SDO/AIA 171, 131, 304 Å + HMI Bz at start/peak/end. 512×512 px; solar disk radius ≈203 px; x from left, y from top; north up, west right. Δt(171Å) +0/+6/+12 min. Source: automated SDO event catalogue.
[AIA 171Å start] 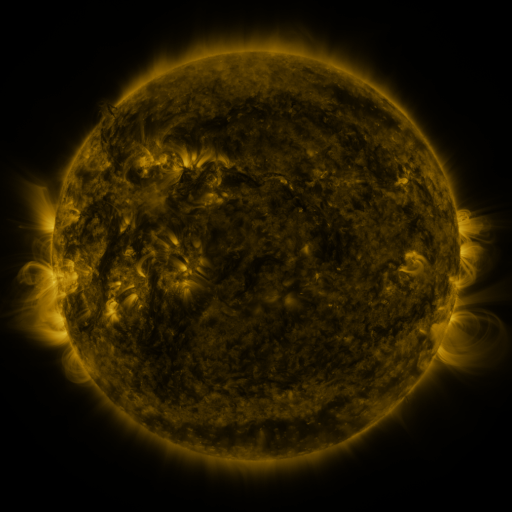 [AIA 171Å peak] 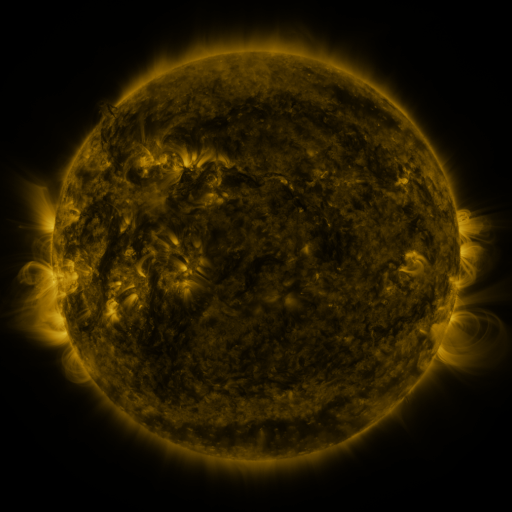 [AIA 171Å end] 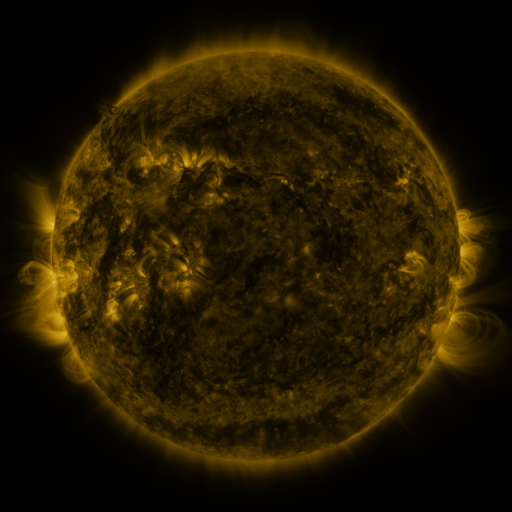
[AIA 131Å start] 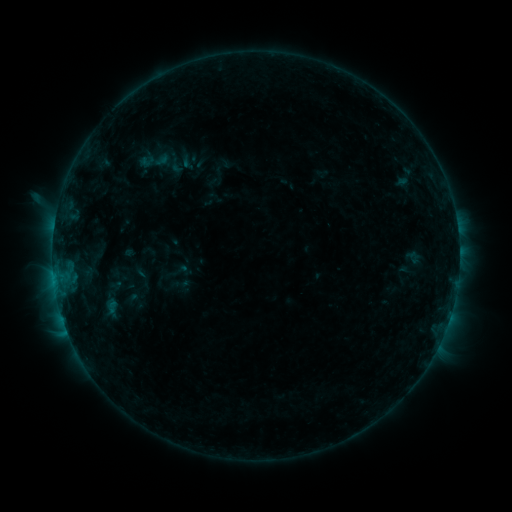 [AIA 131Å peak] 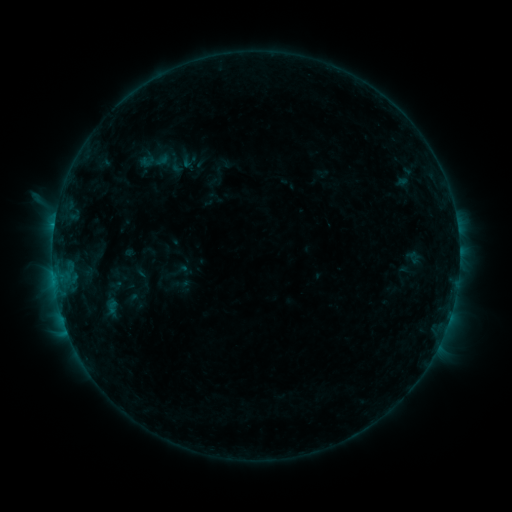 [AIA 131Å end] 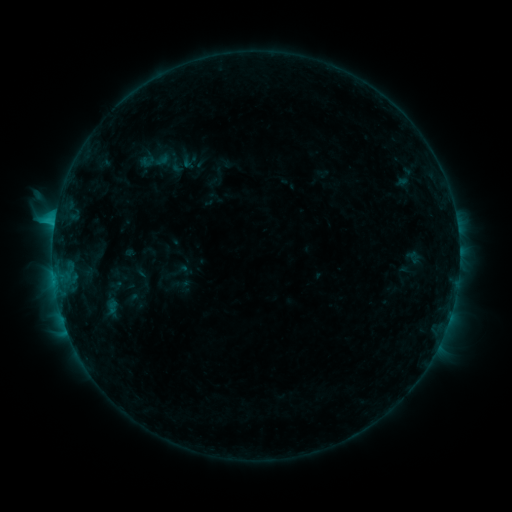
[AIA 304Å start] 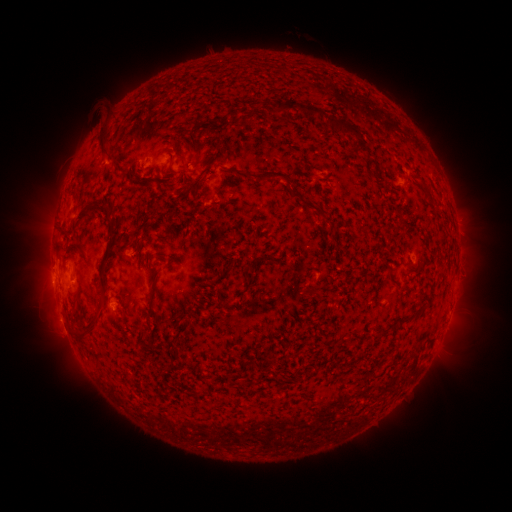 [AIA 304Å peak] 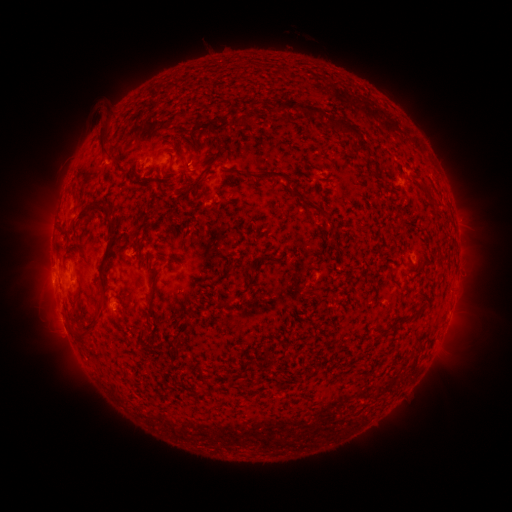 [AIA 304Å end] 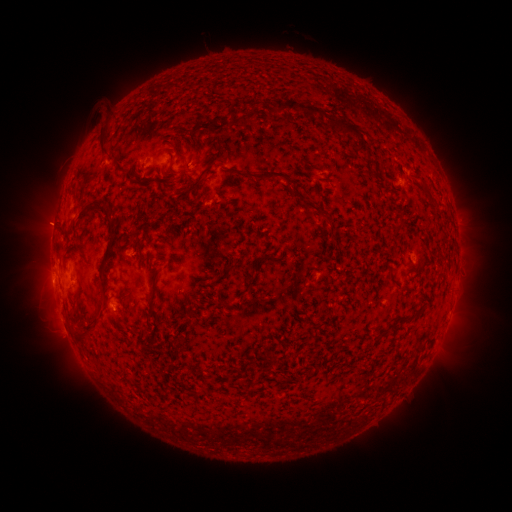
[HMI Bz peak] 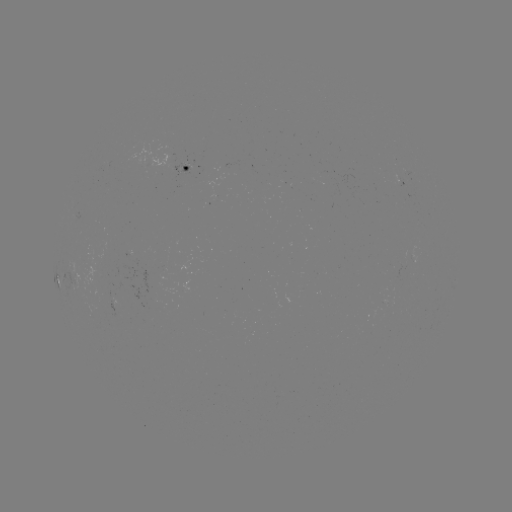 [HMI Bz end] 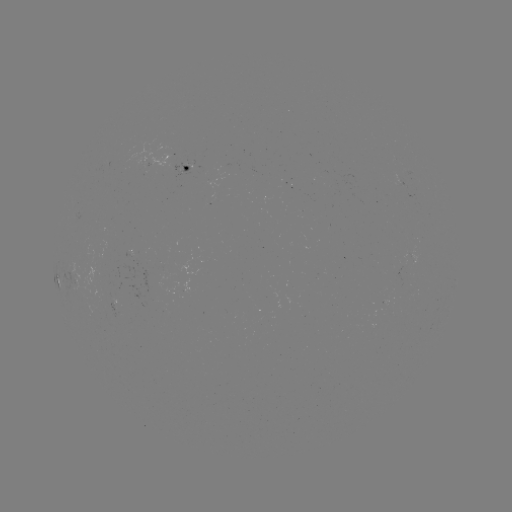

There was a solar eruption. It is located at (48, 225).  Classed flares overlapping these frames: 2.